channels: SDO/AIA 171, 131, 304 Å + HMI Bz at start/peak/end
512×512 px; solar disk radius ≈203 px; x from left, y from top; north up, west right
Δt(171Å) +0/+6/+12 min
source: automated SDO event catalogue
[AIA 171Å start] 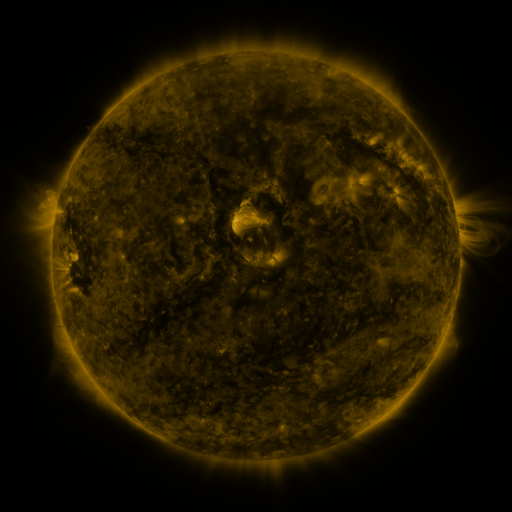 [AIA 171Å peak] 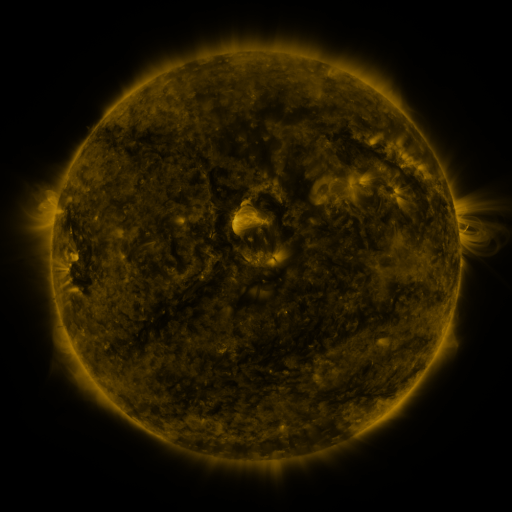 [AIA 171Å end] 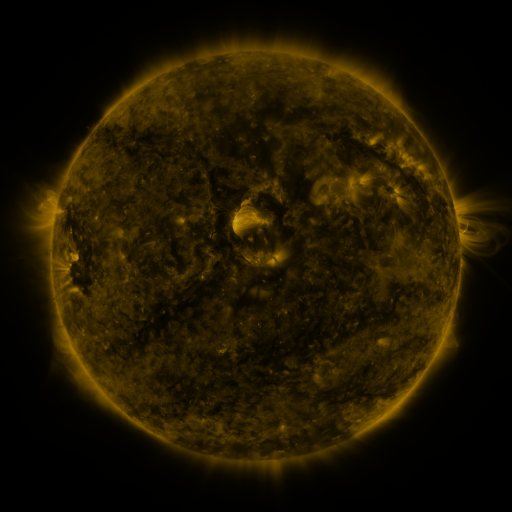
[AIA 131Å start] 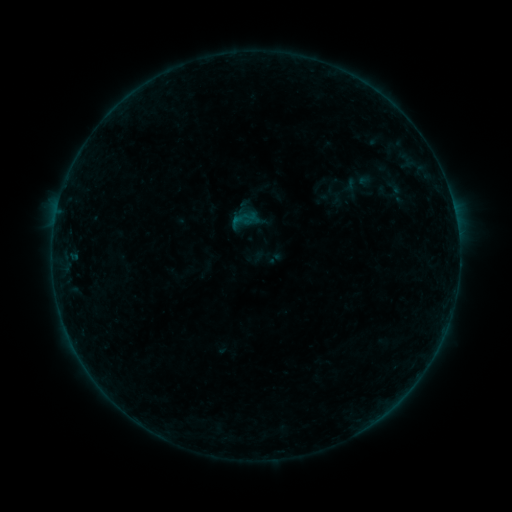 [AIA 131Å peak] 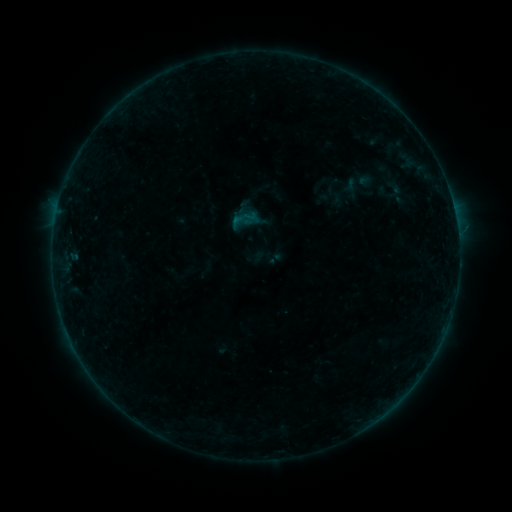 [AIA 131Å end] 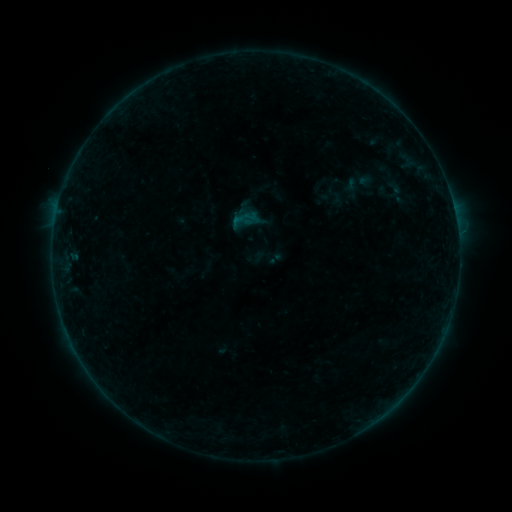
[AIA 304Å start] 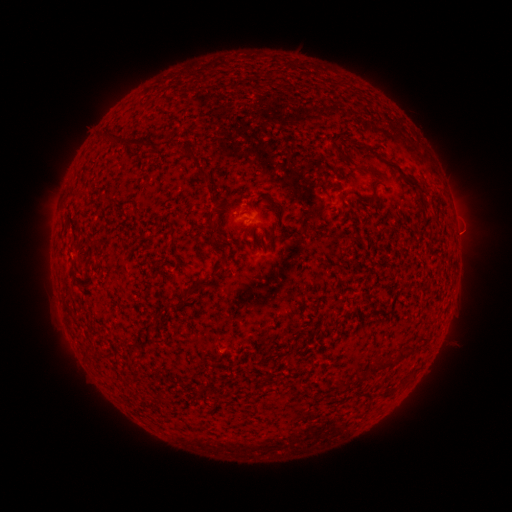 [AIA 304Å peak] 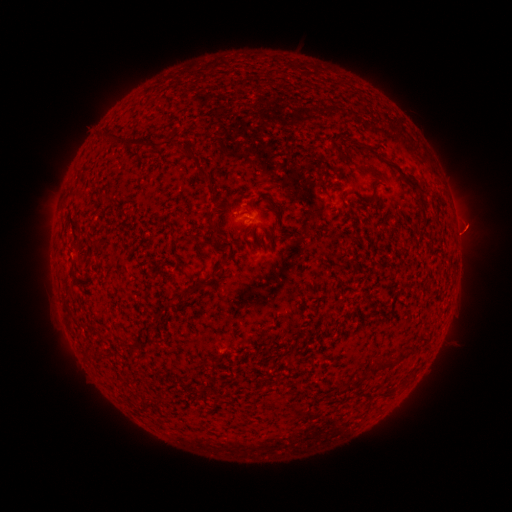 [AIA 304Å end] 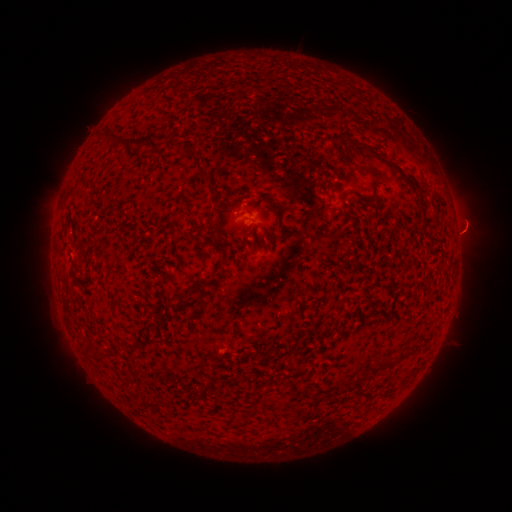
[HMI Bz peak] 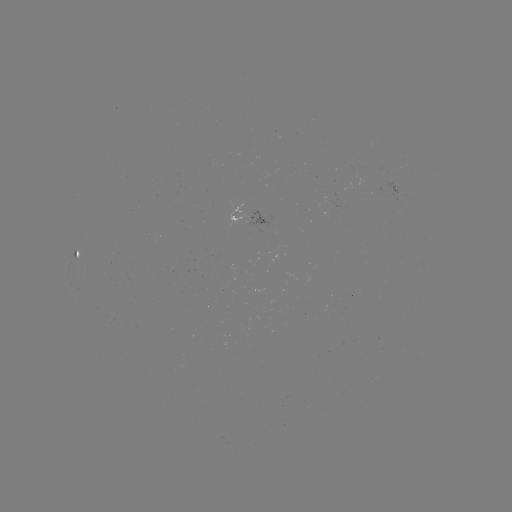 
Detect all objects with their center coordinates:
eruption: (466, 228)
